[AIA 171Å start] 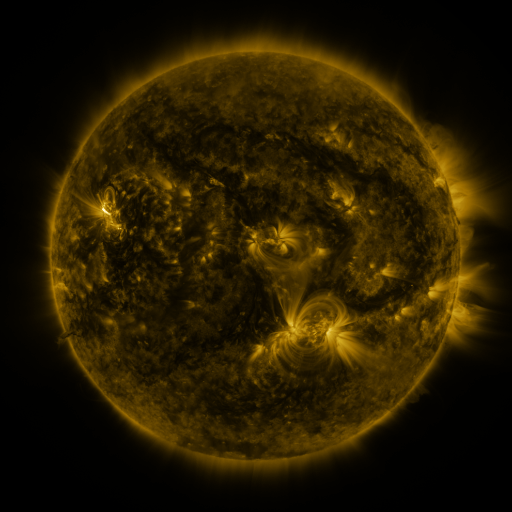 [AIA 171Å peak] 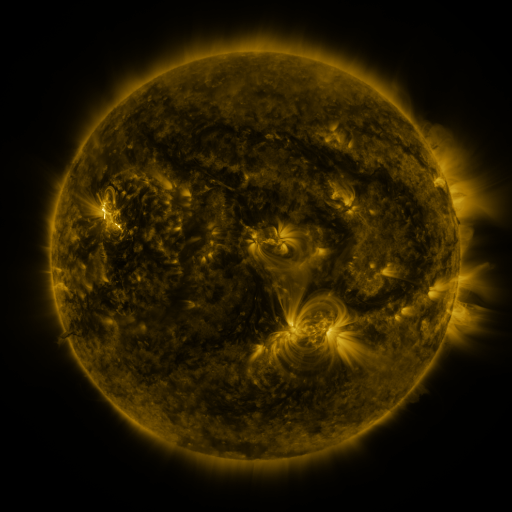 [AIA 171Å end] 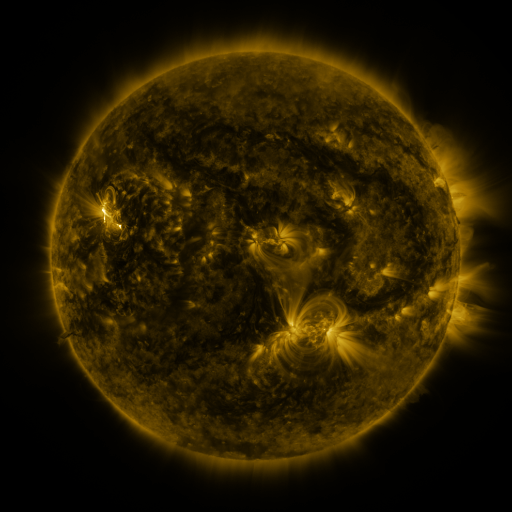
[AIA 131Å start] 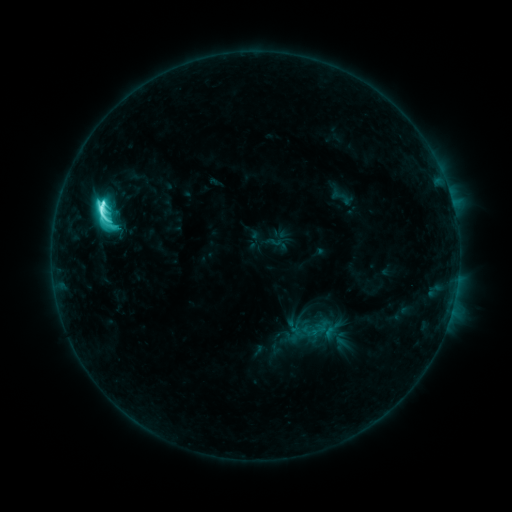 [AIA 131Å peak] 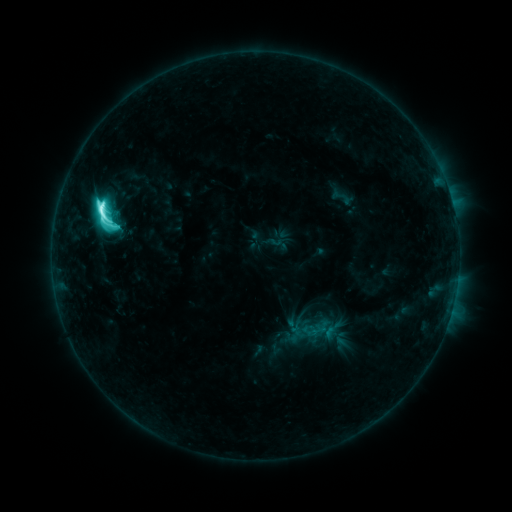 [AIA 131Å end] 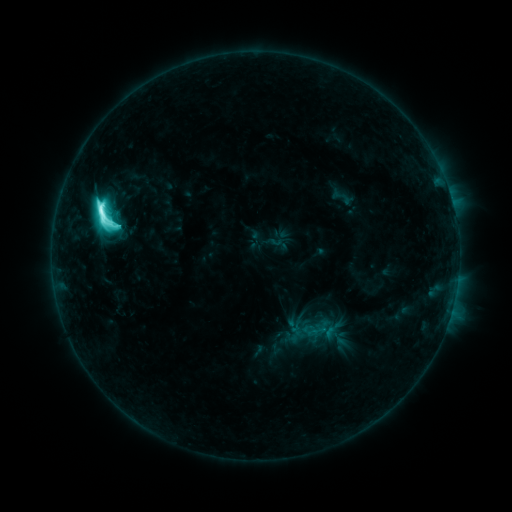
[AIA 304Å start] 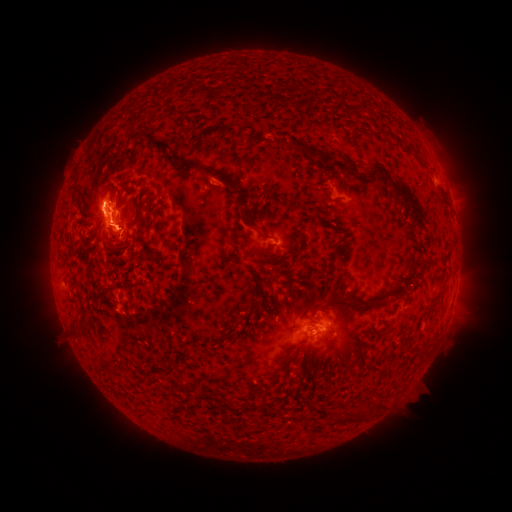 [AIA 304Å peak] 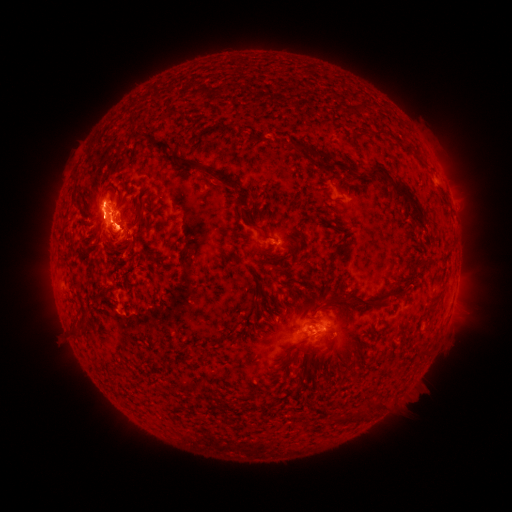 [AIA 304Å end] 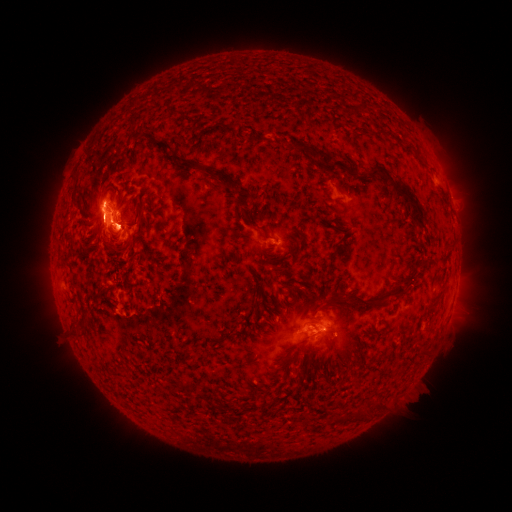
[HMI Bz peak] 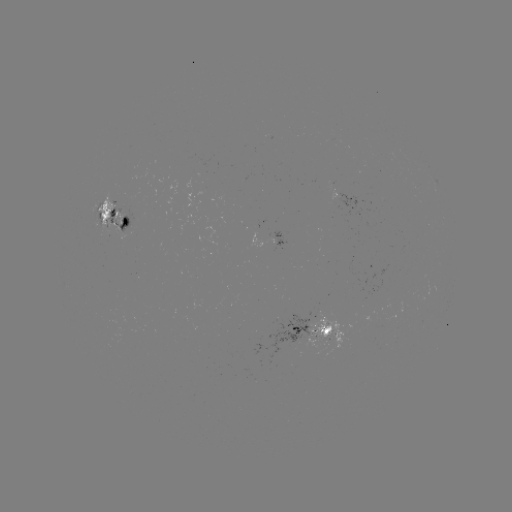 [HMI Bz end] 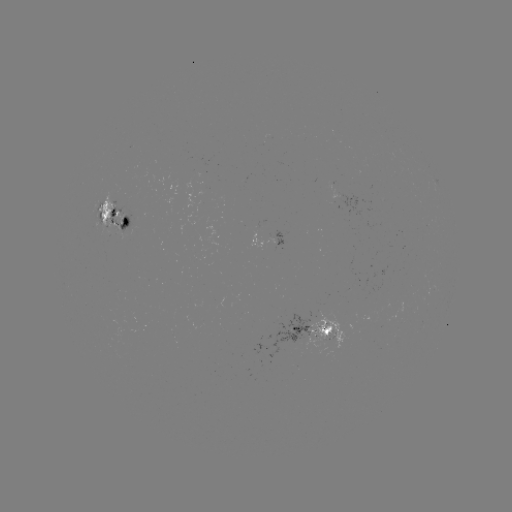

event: eruption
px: (129, 229)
